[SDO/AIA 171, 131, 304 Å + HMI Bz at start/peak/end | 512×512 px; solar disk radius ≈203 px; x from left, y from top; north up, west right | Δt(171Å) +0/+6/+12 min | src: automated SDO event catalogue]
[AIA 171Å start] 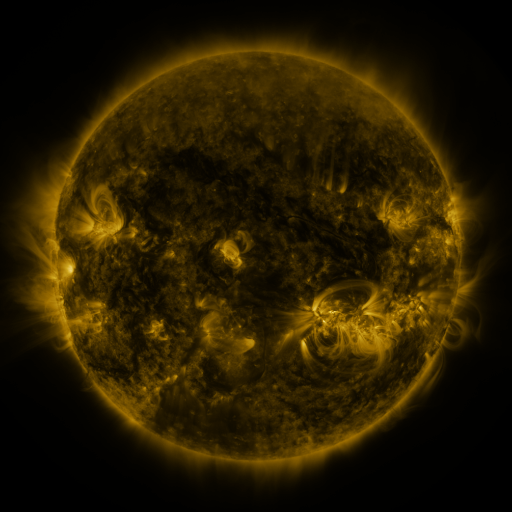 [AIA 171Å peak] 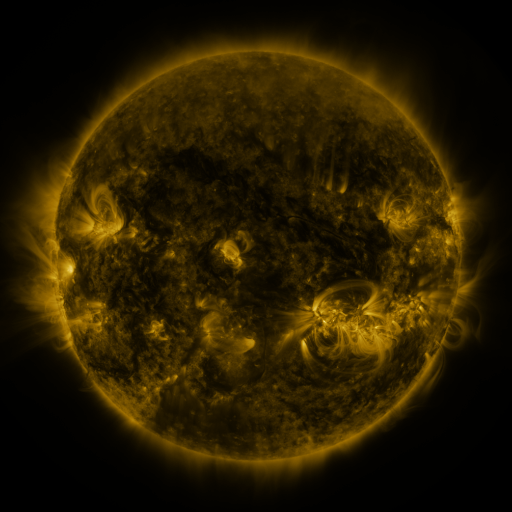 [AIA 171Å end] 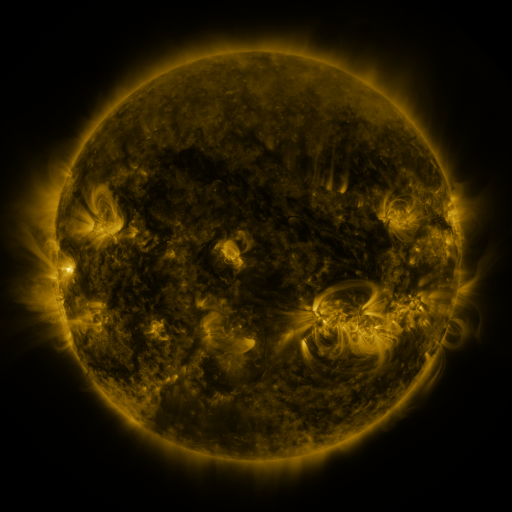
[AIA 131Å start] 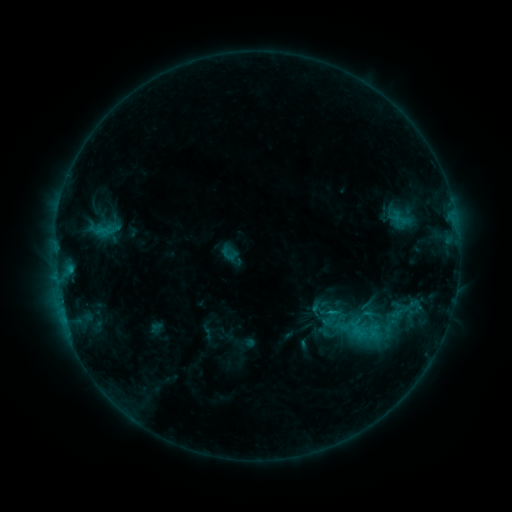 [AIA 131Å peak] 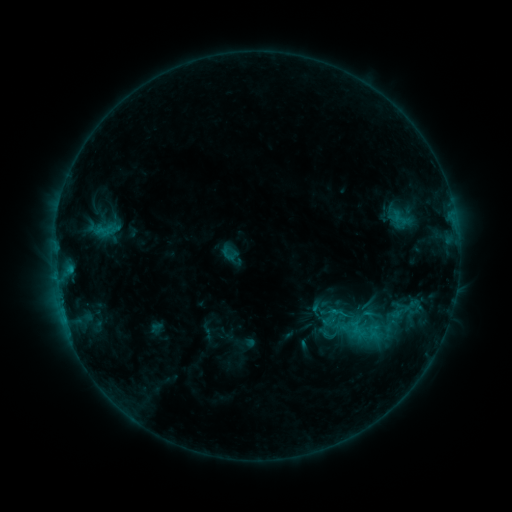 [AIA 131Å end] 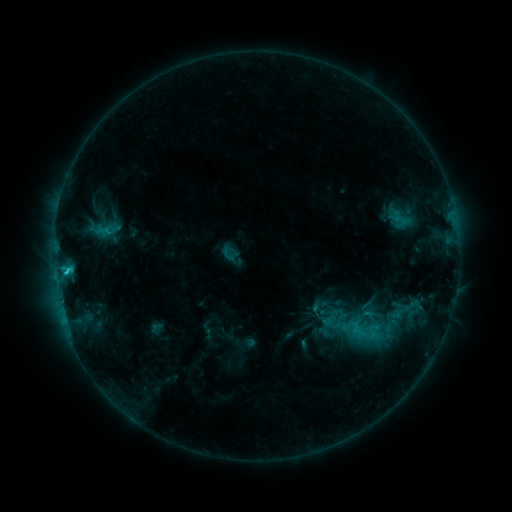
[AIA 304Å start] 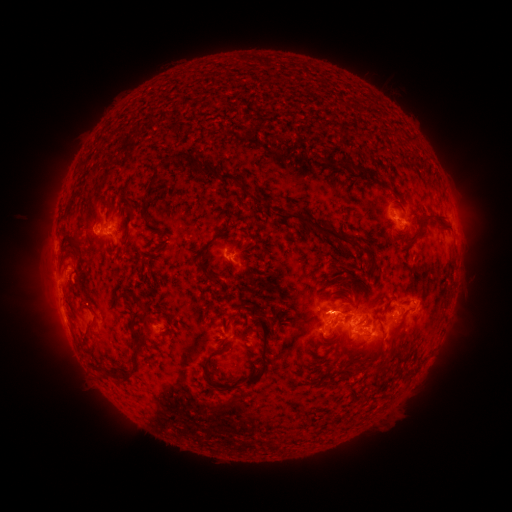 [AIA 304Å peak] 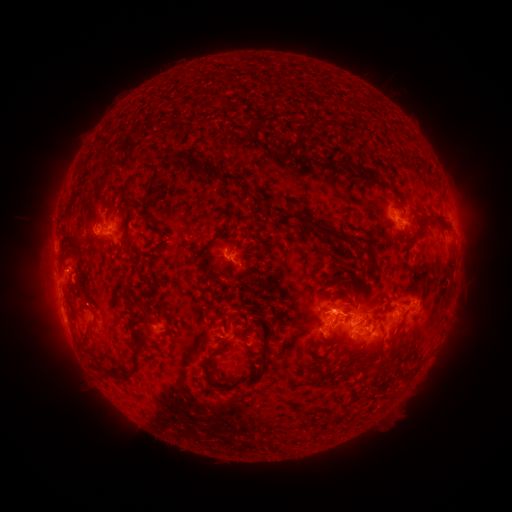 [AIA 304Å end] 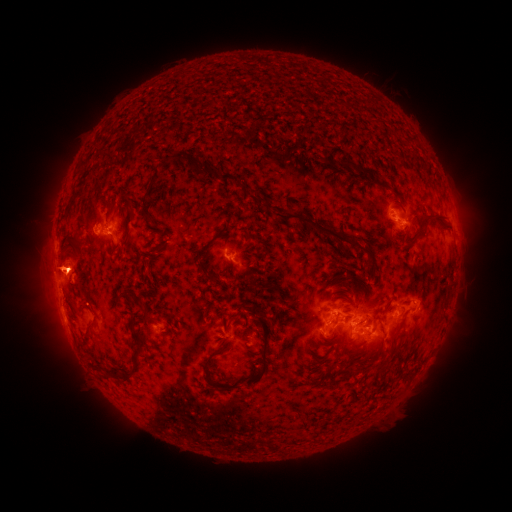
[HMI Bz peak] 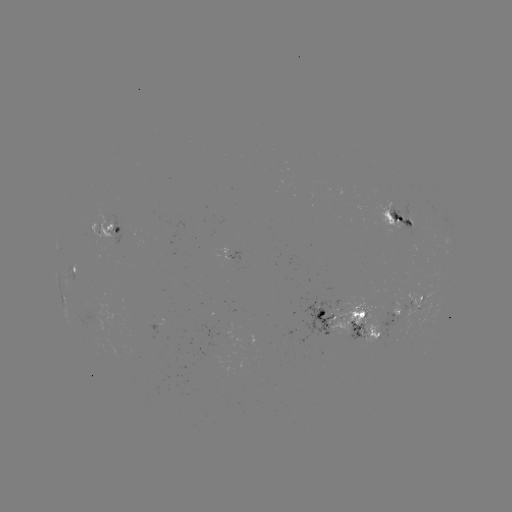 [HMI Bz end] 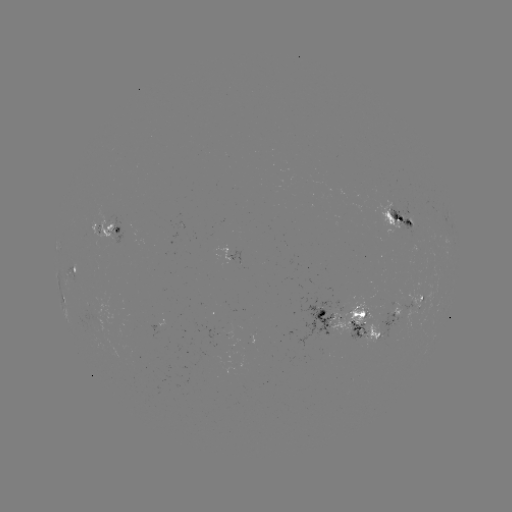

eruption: [10, 245, 101, 300]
